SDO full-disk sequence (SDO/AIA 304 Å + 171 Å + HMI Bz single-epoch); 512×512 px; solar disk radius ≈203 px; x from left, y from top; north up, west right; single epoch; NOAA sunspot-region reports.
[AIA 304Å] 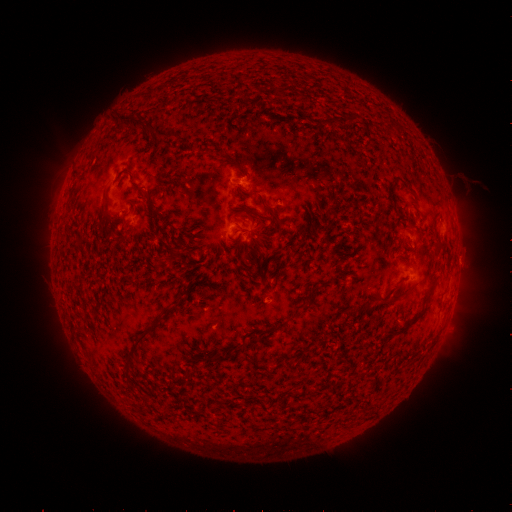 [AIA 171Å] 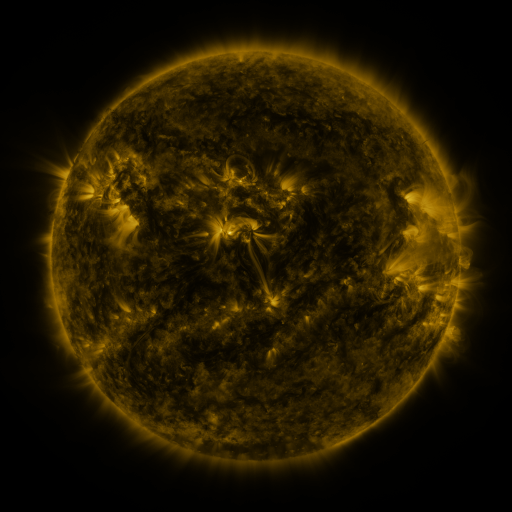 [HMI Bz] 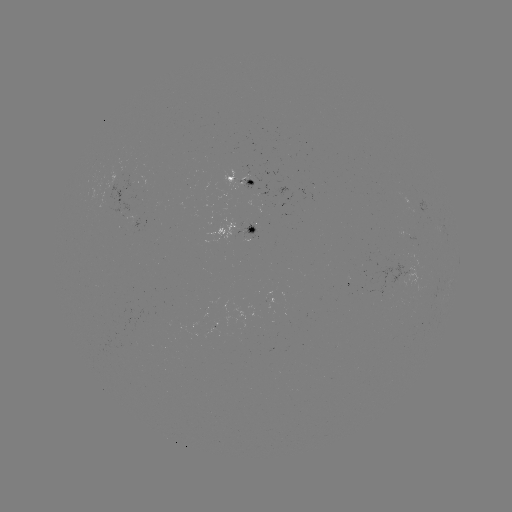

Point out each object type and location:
spotted active region: (245, 182)
spotted active region: (426, 206)
spotted active region: (238, 230)
